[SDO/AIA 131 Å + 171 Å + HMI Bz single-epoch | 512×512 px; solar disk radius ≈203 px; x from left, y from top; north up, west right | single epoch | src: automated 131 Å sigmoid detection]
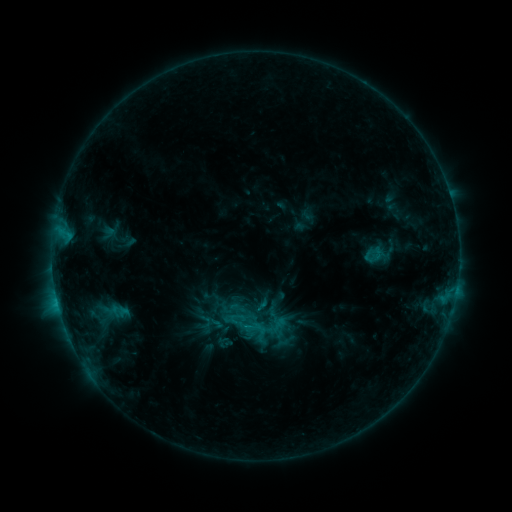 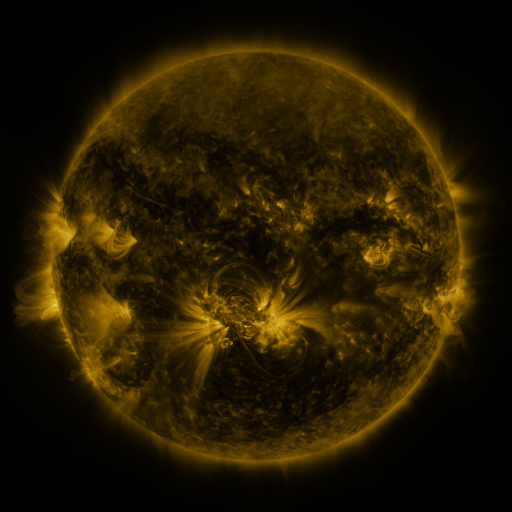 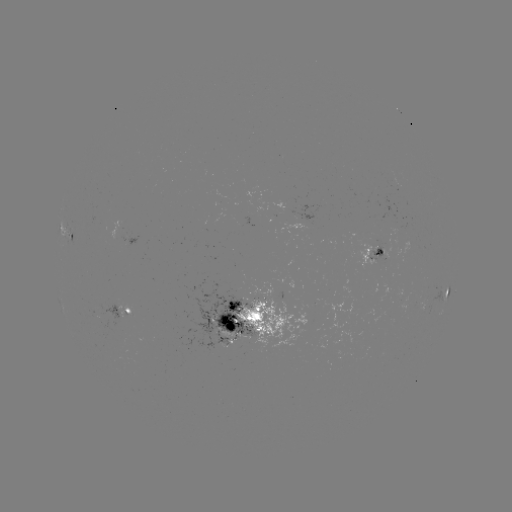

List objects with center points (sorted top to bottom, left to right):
sigmoid: (363, 245, 384, 265)
sigmoid: (221, 303, 268, 349)
